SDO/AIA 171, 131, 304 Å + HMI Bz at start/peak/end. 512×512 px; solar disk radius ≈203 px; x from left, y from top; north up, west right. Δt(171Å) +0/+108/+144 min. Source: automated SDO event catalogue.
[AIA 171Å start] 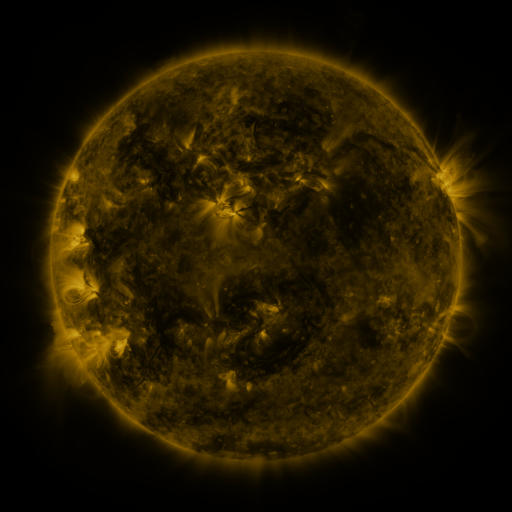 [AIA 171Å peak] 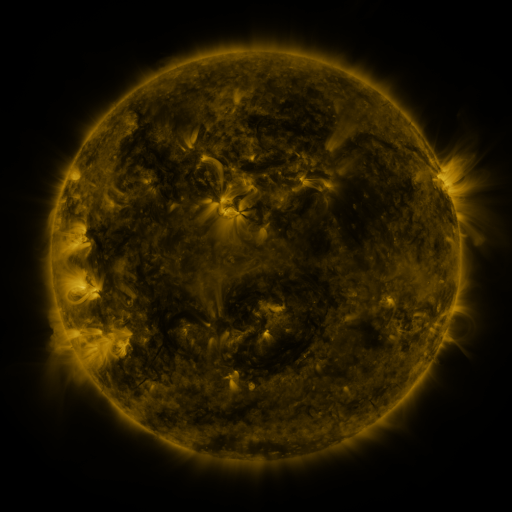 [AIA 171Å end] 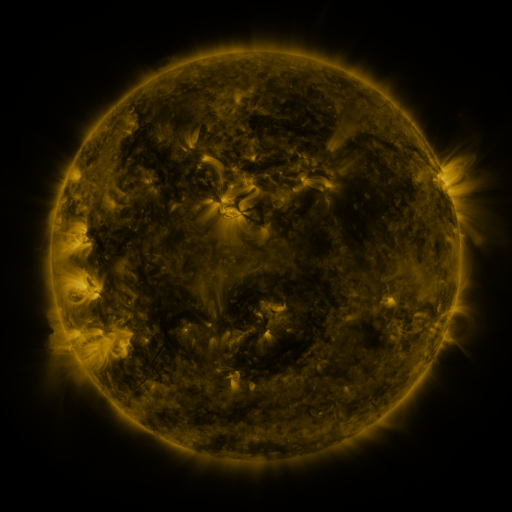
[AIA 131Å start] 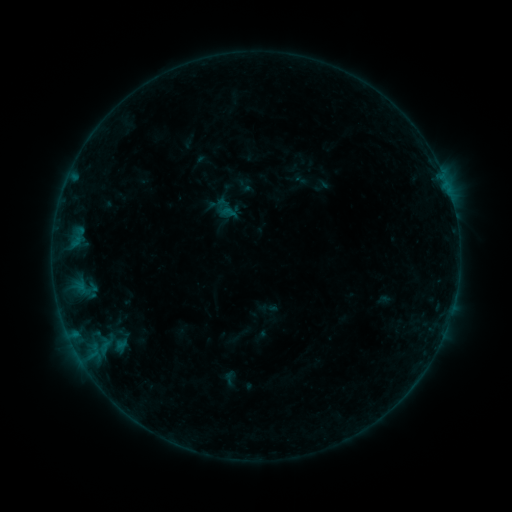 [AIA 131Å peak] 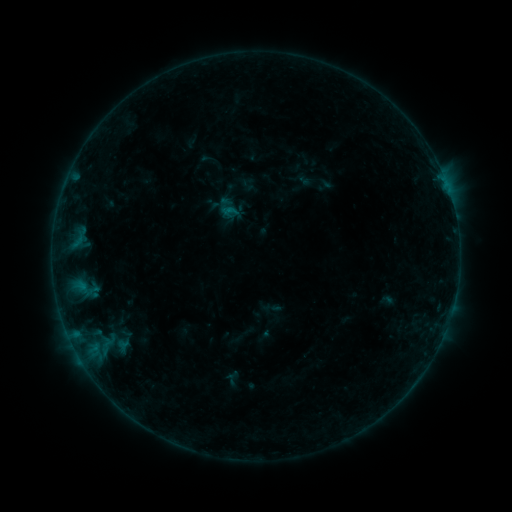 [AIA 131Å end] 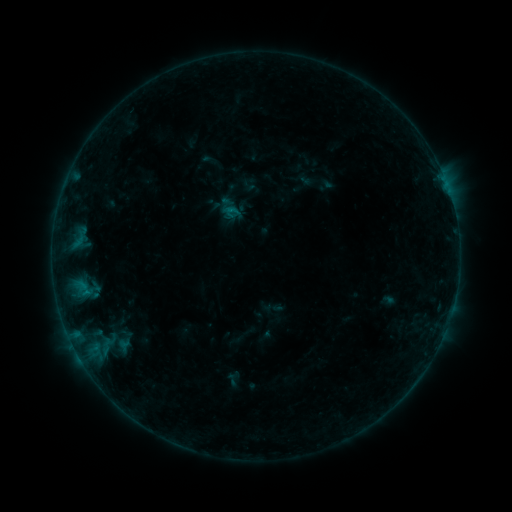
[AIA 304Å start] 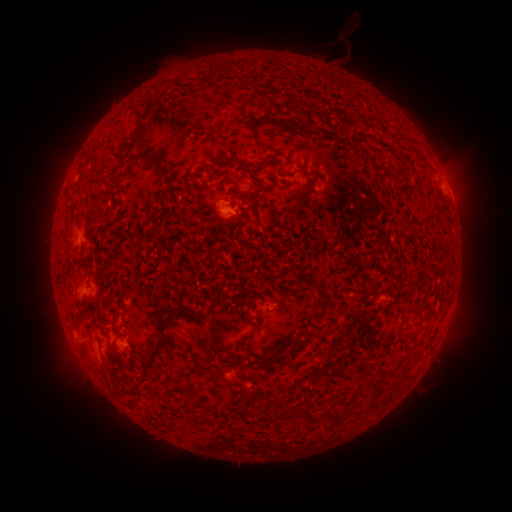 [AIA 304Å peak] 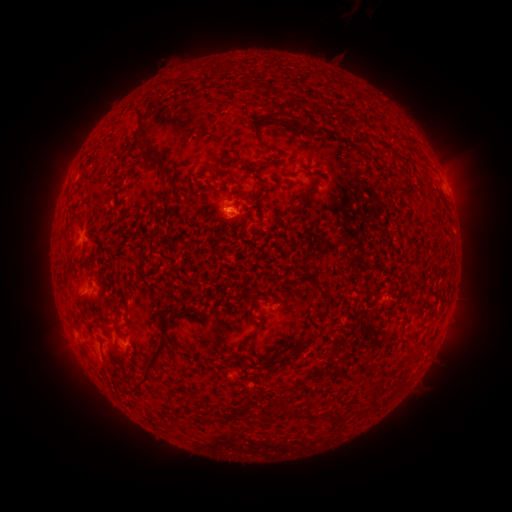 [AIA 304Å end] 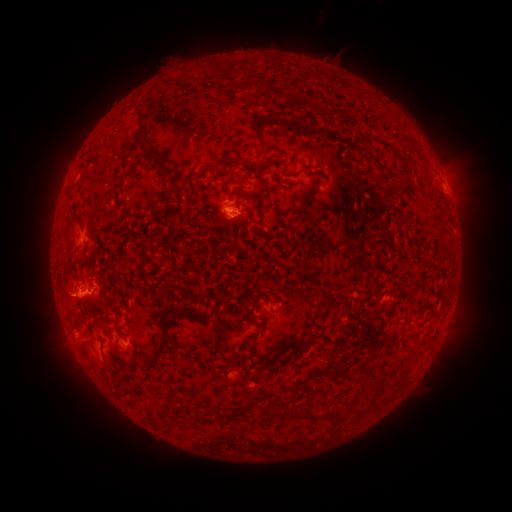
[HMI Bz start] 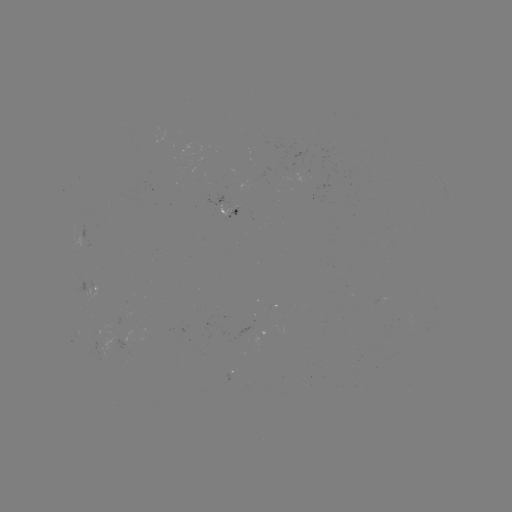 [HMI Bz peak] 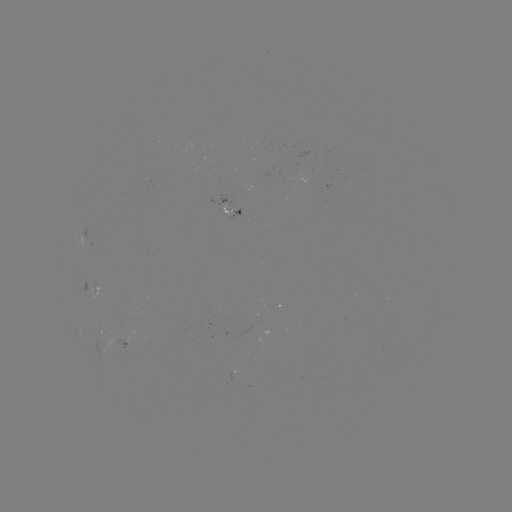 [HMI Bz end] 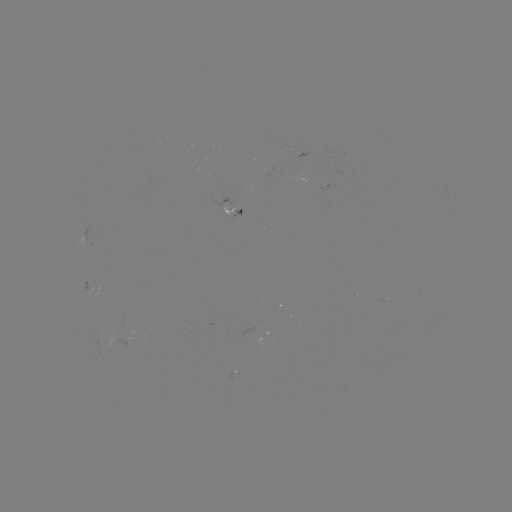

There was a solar emerging-flux region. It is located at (120, 340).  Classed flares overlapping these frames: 2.